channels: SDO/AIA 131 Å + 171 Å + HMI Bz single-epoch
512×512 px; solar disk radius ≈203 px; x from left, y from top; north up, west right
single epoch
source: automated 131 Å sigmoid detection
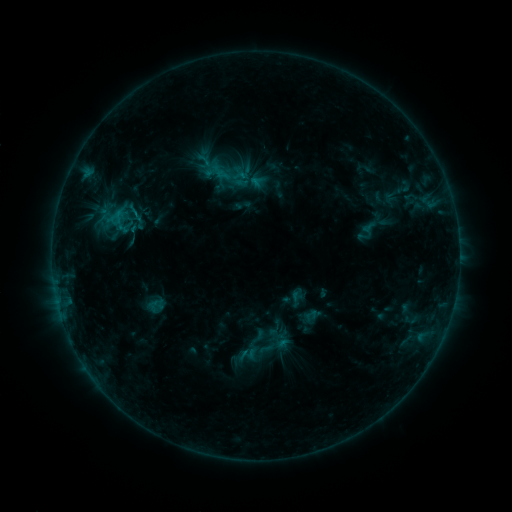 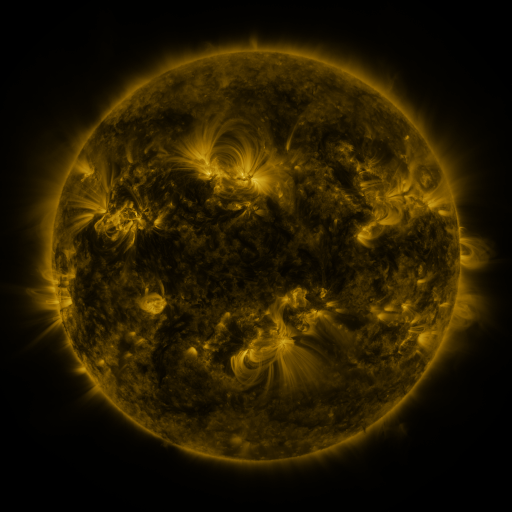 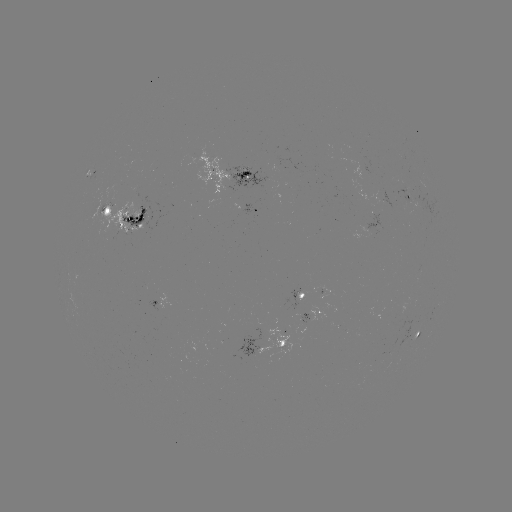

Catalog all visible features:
sigmoid: (219, 164, 238, 183)
sigmoid: (124, 202, 147, 225)
